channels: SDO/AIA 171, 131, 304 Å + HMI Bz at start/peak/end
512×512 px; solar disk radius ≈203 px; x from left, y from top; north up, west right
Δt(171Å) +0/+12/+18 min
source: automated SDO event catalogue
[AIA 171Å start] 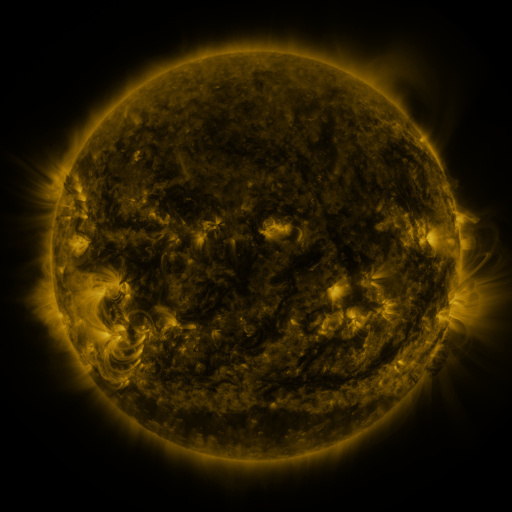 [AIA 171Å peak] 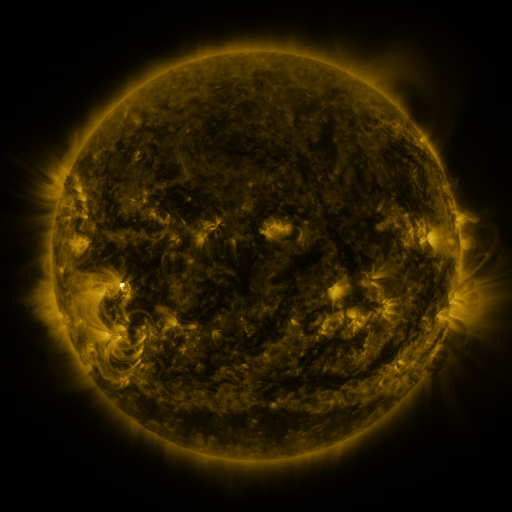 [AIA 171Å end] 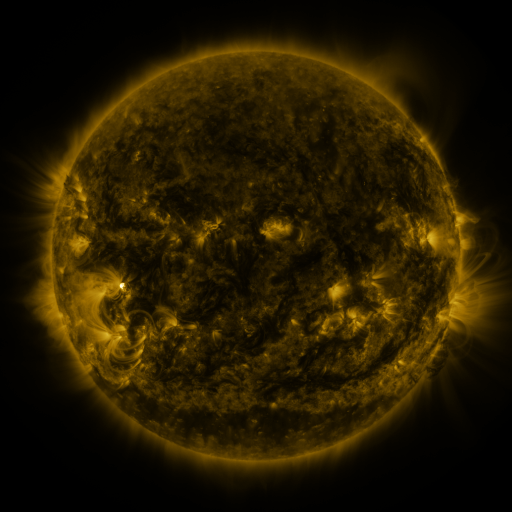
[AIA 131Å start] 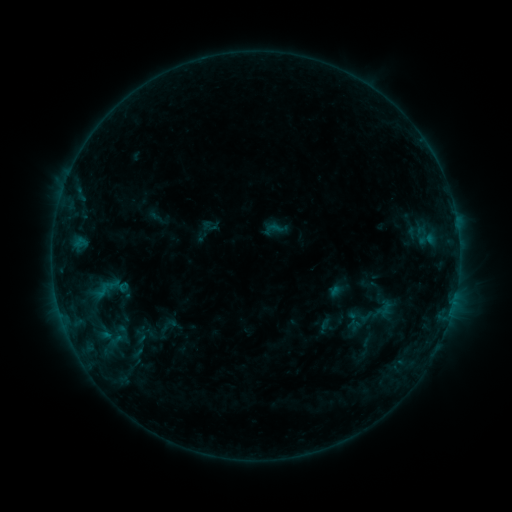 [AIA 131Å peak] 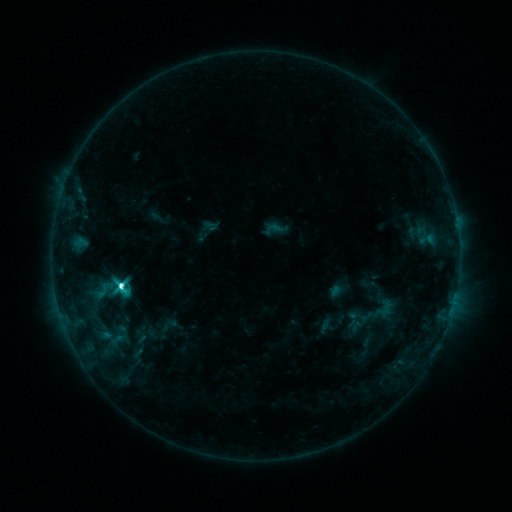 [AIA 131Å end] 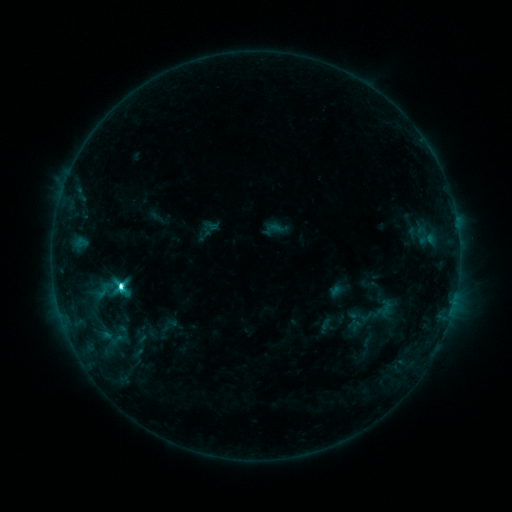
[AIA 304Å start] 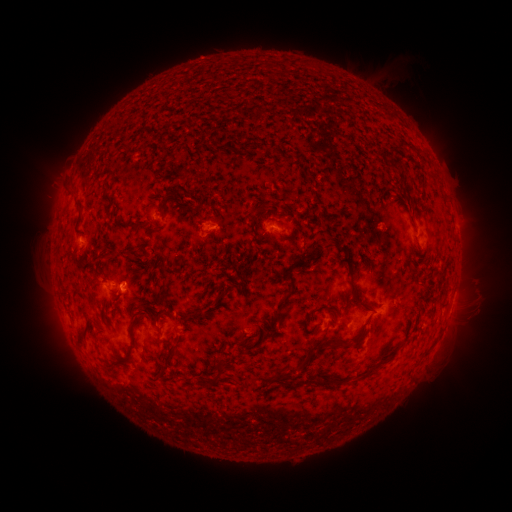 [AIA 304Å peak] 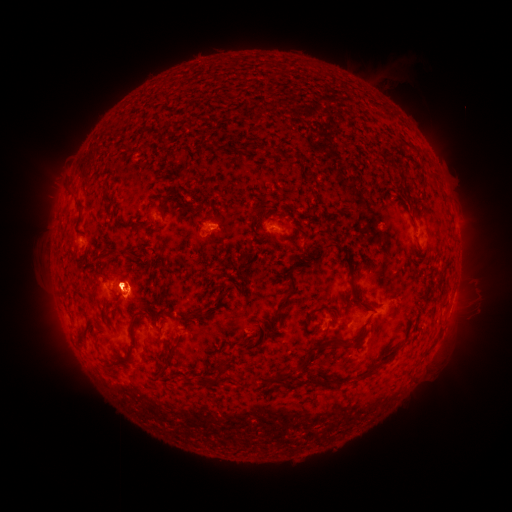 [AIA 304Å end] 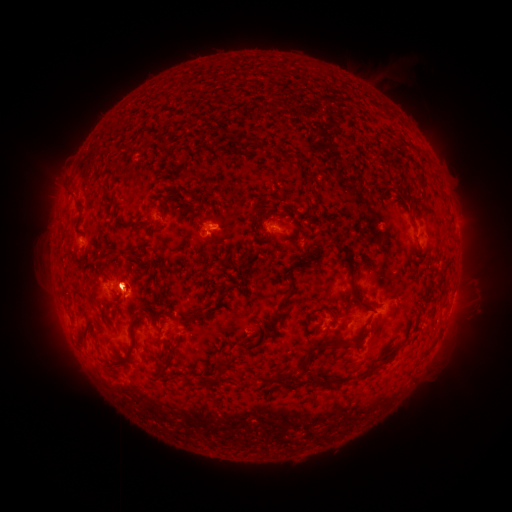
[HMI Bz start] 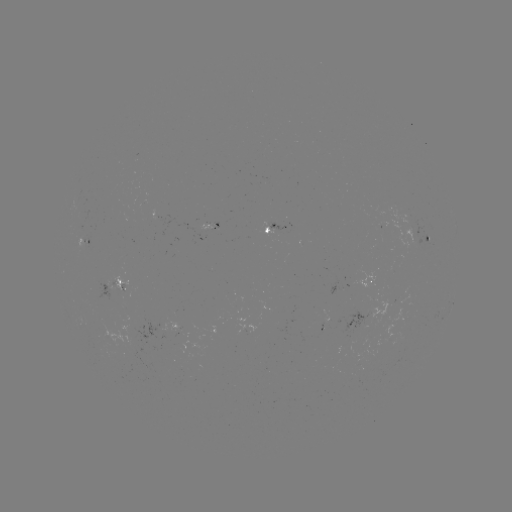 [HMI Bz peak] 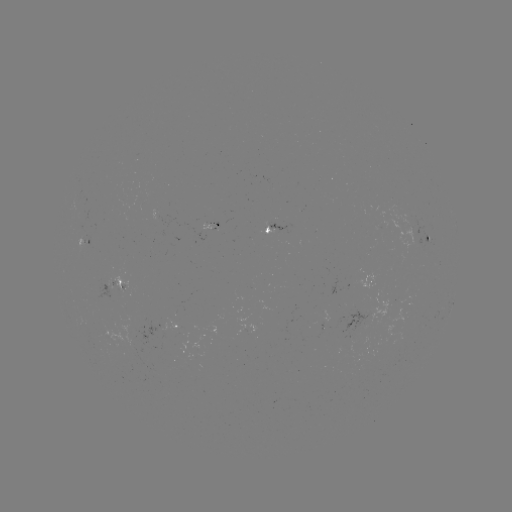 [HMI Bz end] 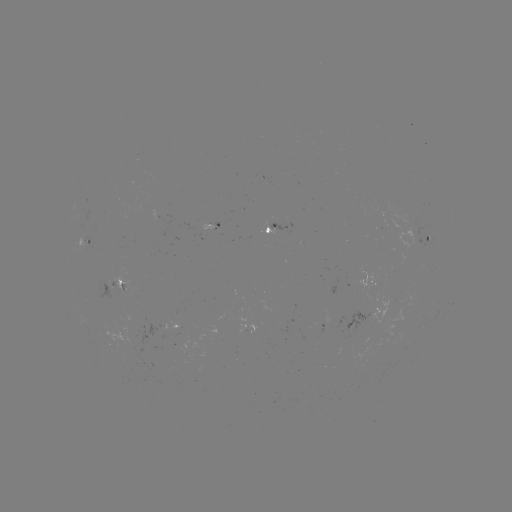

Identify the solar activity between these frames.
C7.2 flare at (122, 285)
